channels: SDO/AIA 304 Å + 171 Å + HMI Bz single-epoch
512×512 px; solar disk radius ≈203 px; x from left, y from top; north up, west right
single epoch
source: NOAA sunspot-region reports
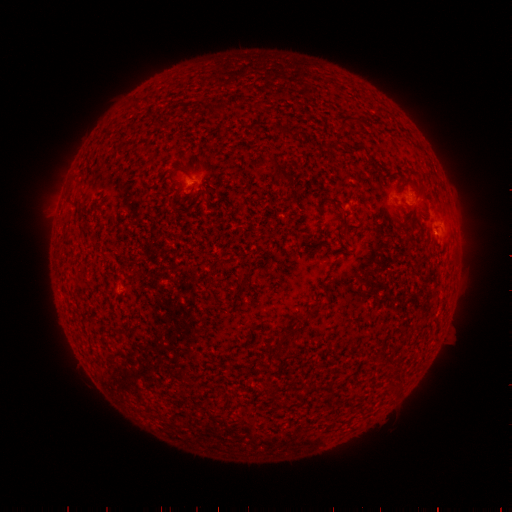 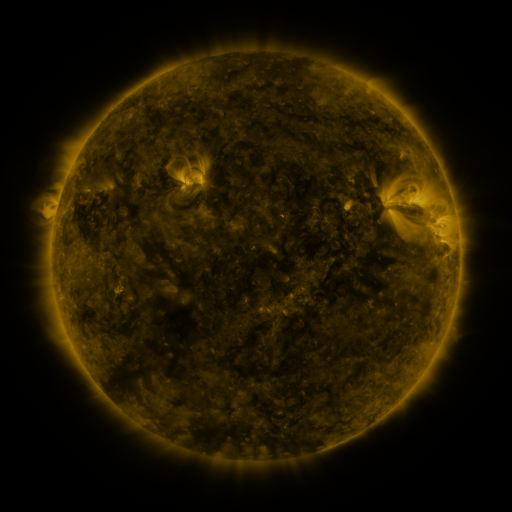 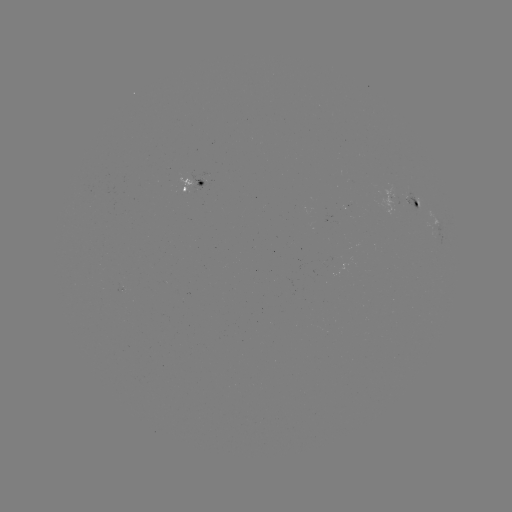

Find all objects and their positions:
spotted active region: (195, 184)
spotted active region: (404, 200)
